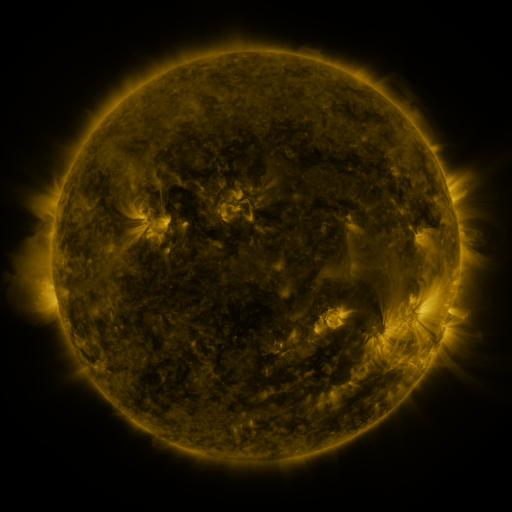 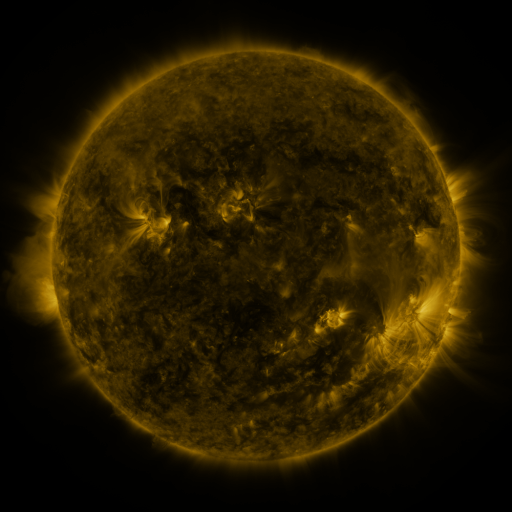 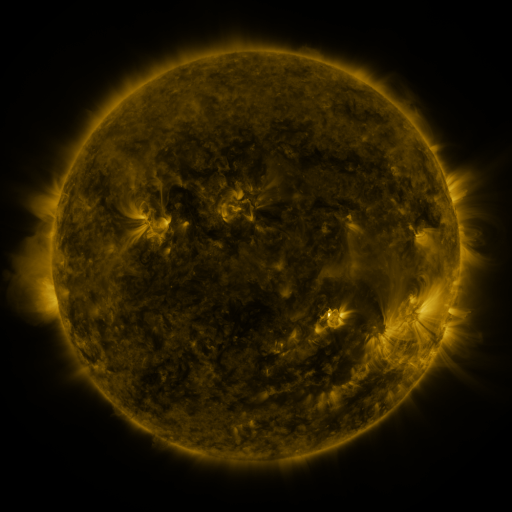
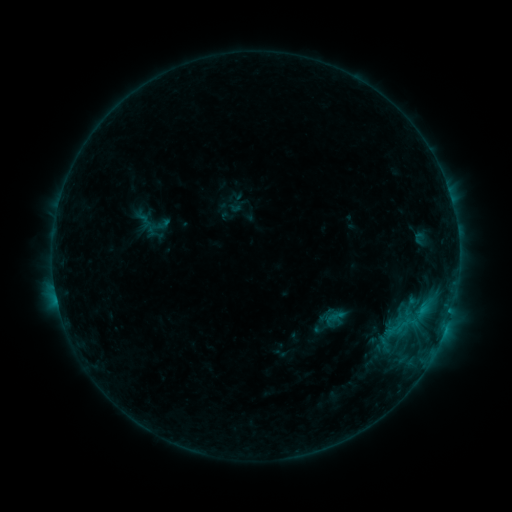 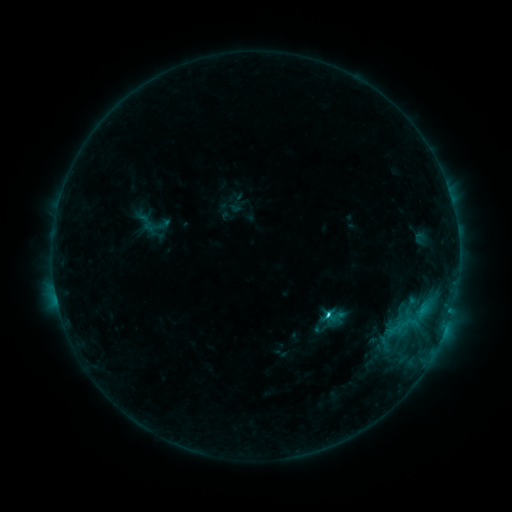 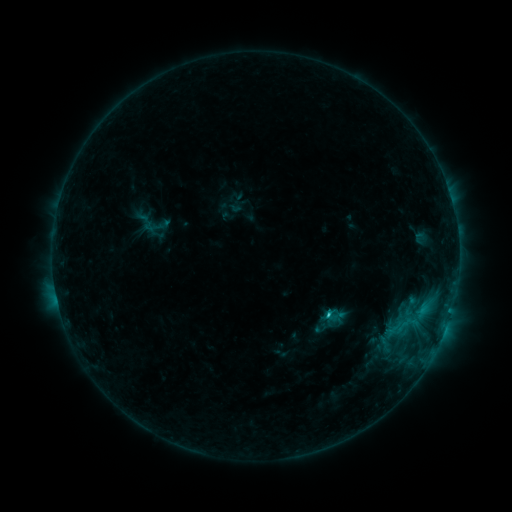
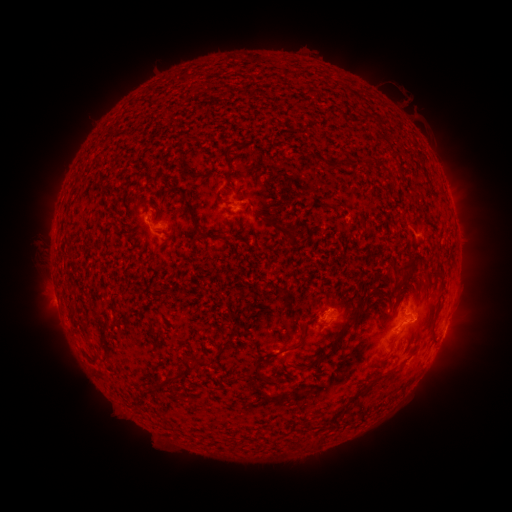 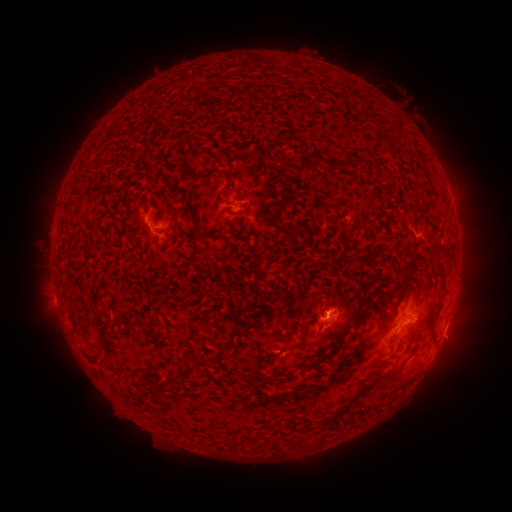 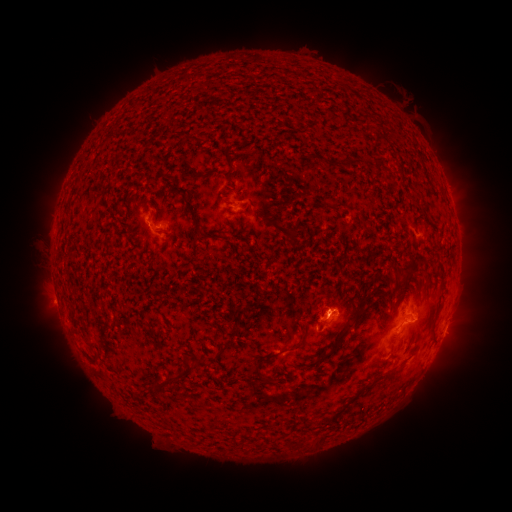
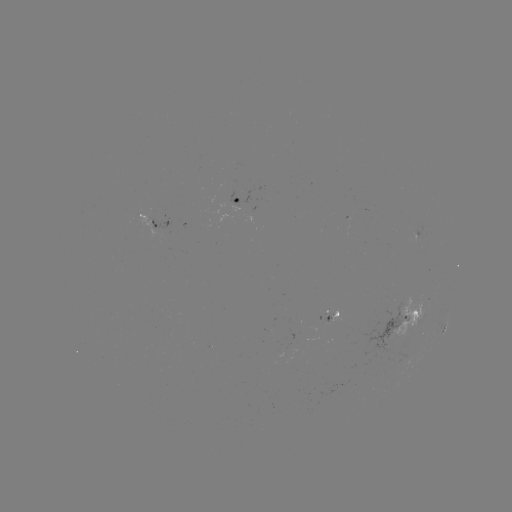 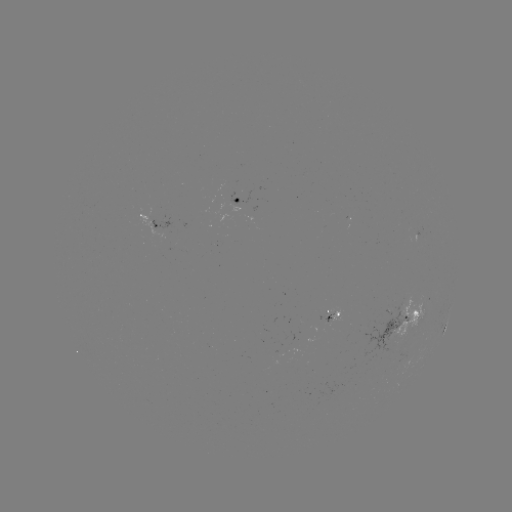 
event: flare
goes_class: C1.7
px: (327, 314)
